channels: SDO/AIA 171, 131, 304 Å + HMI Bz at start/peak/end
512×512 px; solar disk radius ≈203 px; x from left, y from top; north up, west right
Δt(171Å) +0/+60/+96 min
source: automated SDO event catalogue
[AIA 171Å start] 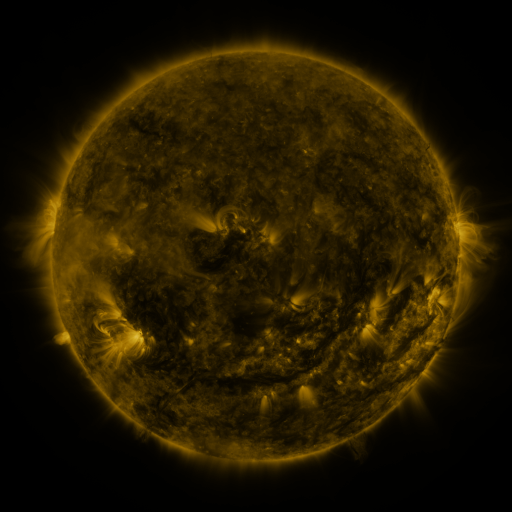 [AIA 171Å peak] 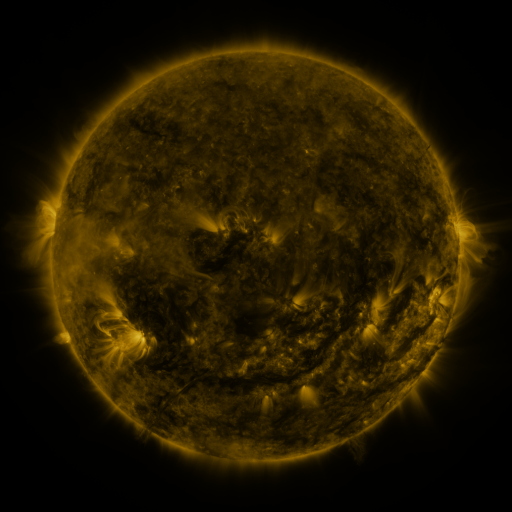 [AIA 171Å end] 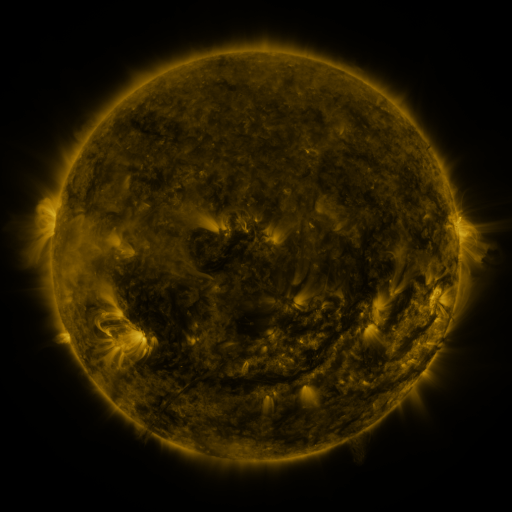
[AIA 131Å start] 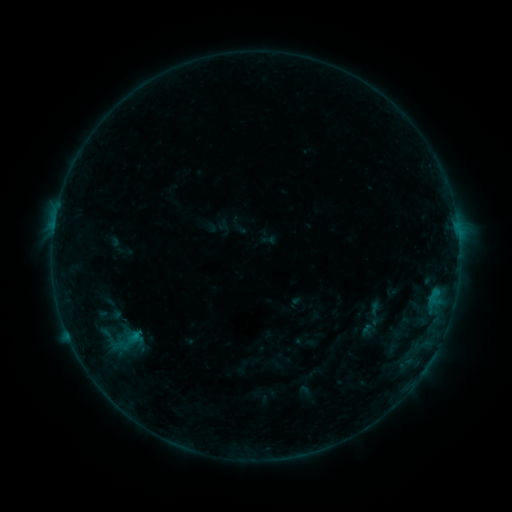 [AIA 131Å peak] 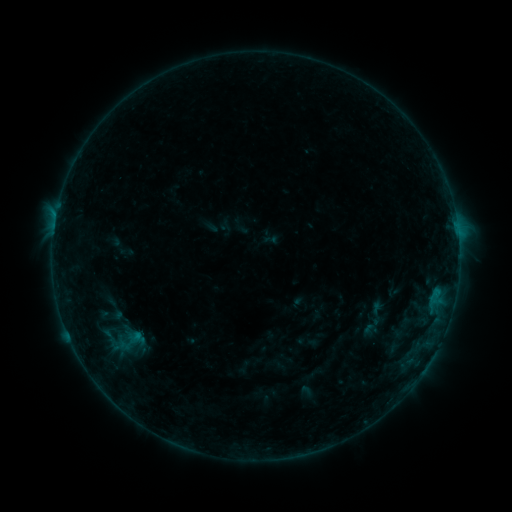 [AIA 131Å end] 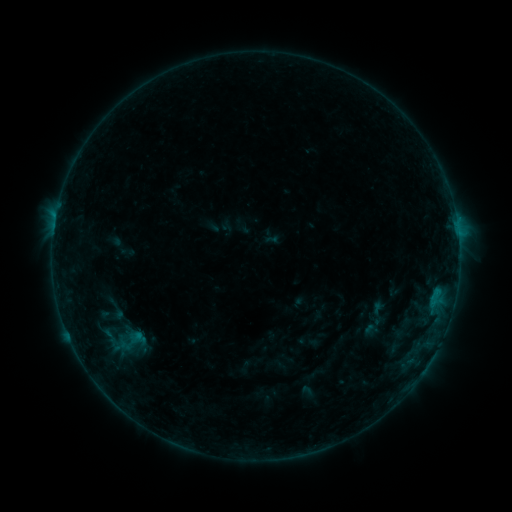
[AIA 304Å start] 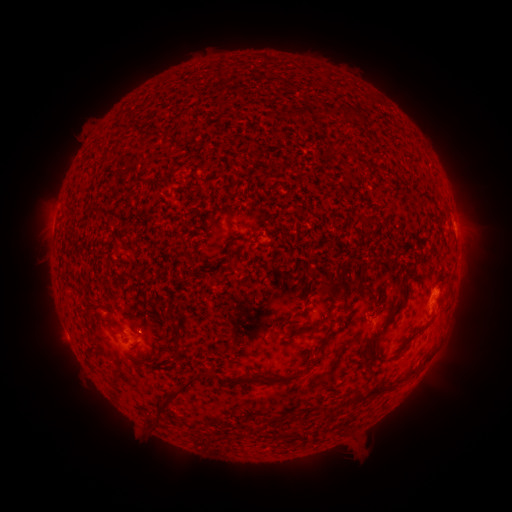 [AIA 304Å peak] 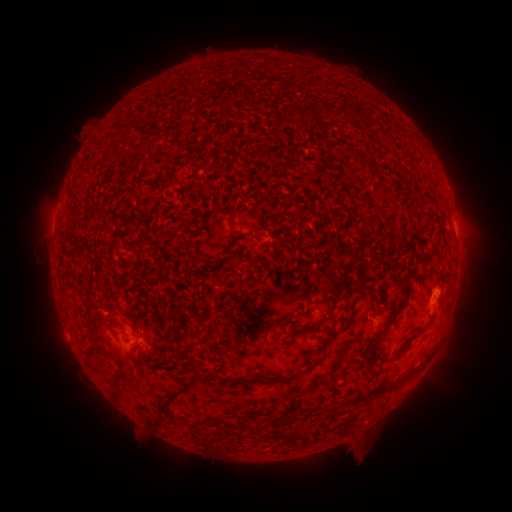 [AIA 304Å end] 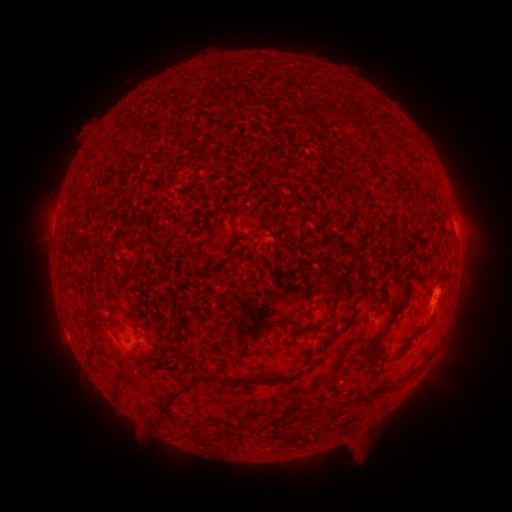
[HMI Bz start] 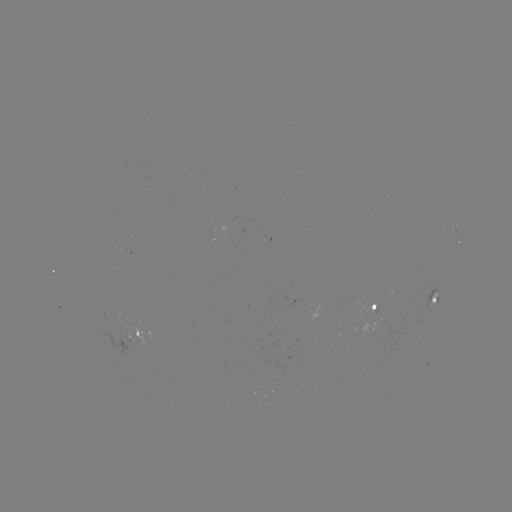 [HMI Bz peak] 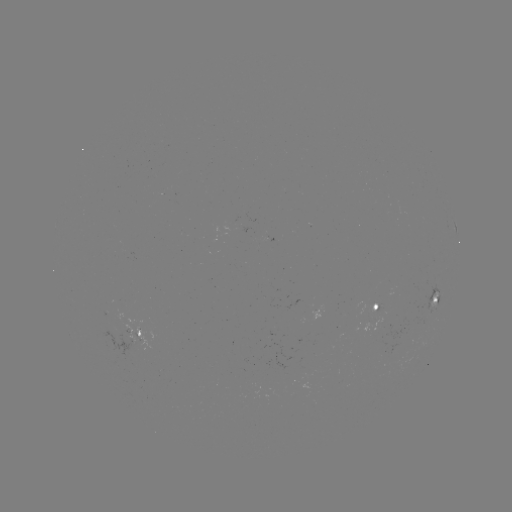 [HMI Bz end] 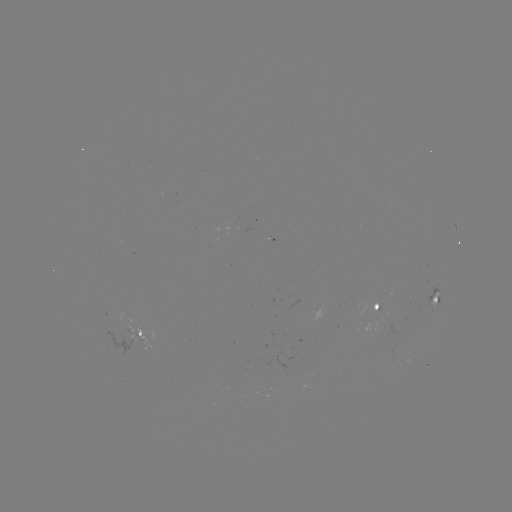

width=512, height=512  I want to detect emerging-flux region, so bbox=[174, 410, 184, 415].